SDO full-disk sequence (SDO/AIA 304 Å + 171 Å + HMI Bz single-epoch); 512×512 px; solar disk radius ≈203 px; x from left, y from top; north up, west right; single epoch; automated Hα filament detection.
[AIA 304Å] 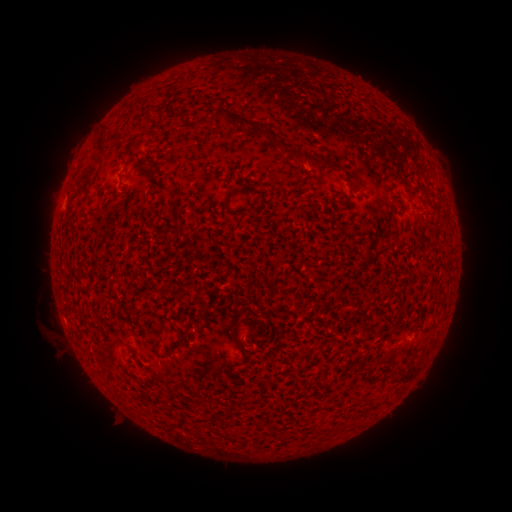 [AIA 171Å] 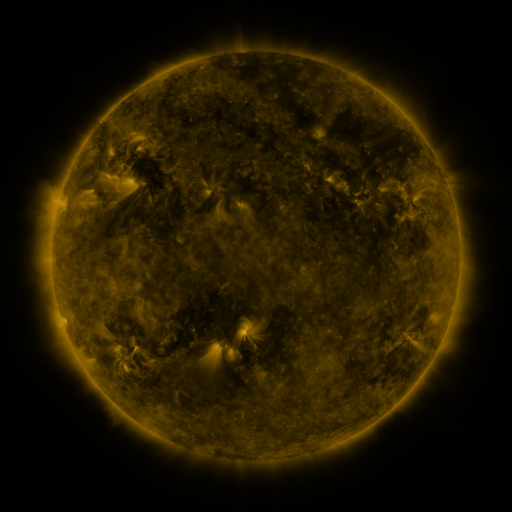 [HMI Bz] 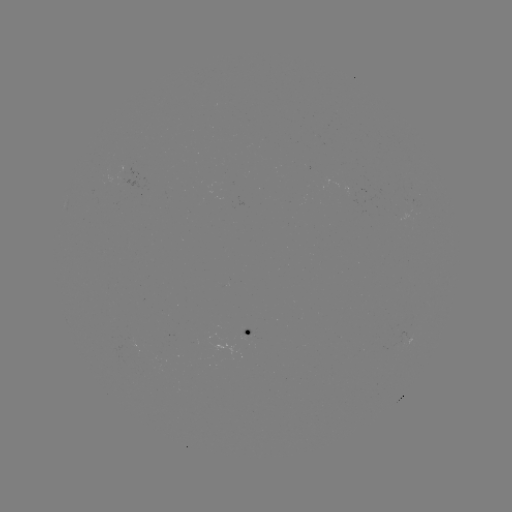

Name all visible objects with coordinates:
filament: <bbox>224, 109, 306, 163</bbox>
filament: <bbox>98, 128, 109, 152</bbox>
filament: <bbox>167, 182, 181, 218</bbox>
filament: <bbox>225, 189, 234, 206</bbox>
filament: <bbox>251, 189, 264, 196</bbox>
filament: <bbox>410, 204, 420, 213</bbox>
filament: <bbox>179, 322, 195, 339</bbox>
filament: <bbox>228, 330, 236, 342</bbox>
filament: <bbox>379, 355, 396, 367</bbox>
filament: <bbox>395, 371, 411, 385</bbox>
